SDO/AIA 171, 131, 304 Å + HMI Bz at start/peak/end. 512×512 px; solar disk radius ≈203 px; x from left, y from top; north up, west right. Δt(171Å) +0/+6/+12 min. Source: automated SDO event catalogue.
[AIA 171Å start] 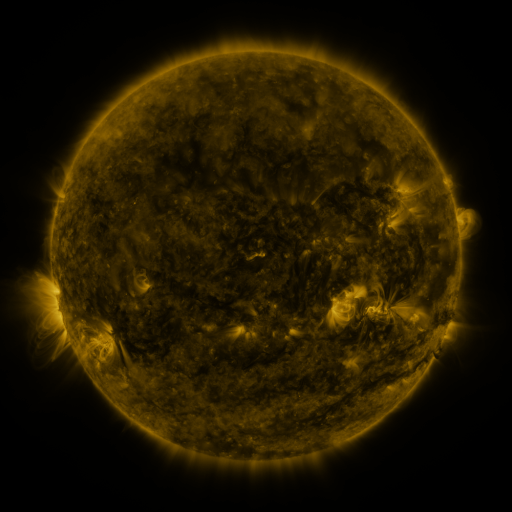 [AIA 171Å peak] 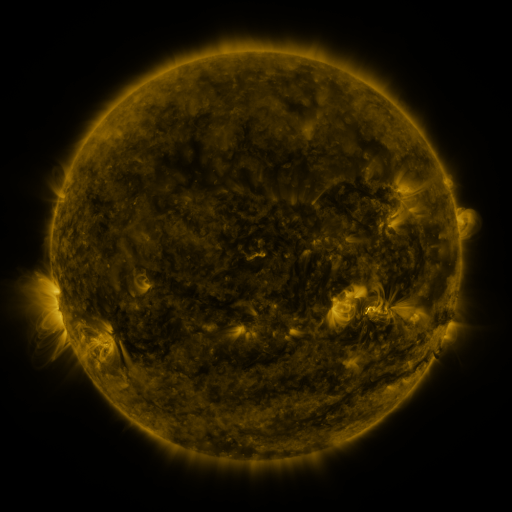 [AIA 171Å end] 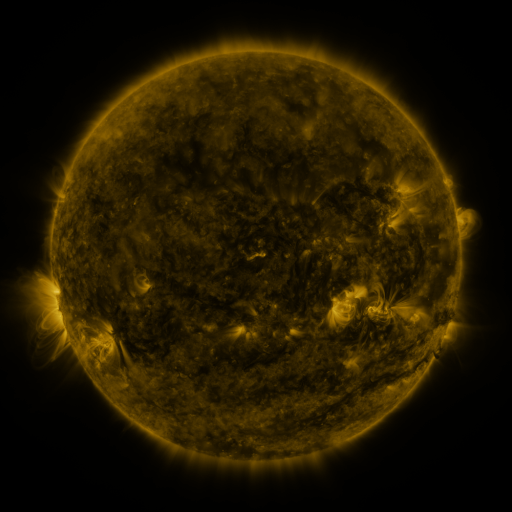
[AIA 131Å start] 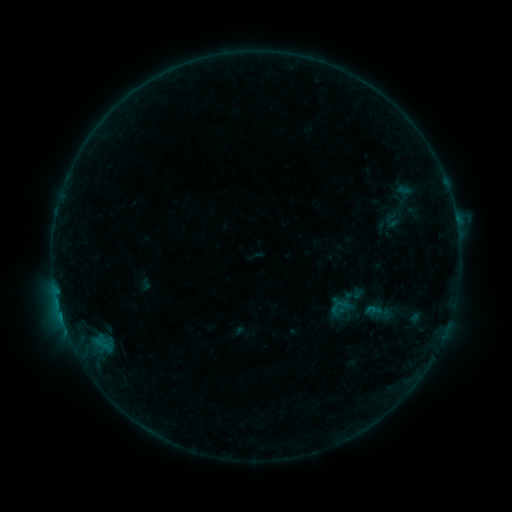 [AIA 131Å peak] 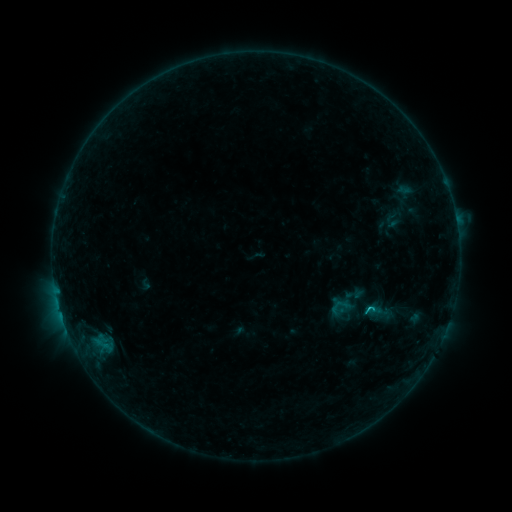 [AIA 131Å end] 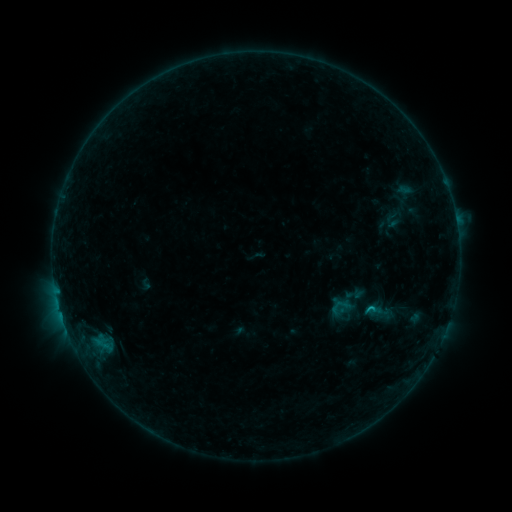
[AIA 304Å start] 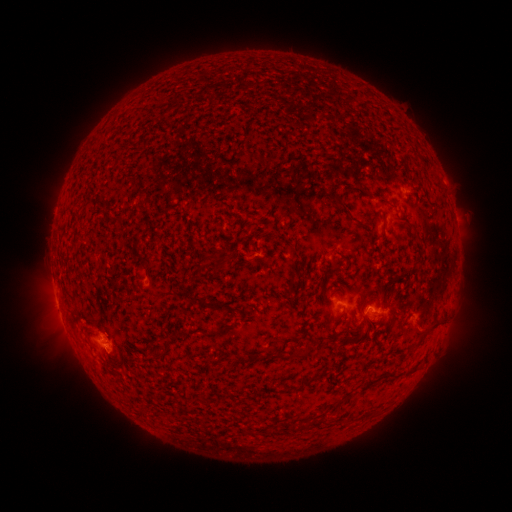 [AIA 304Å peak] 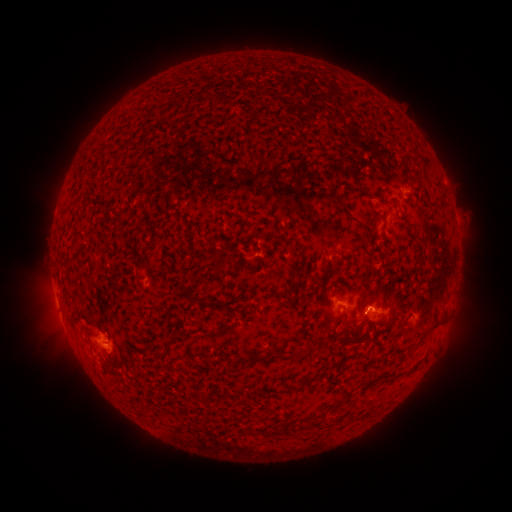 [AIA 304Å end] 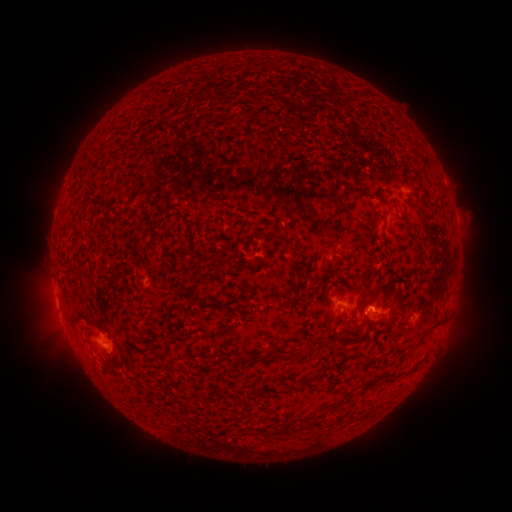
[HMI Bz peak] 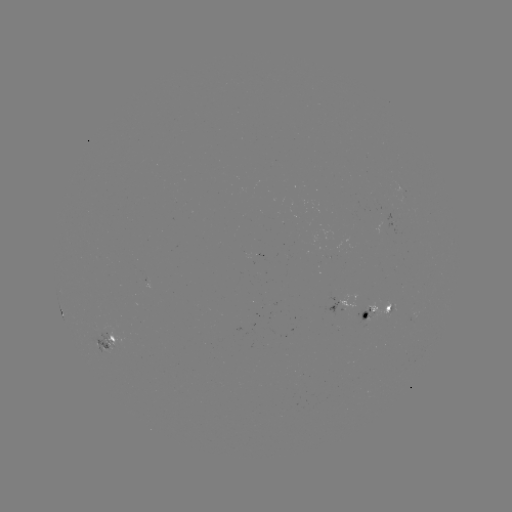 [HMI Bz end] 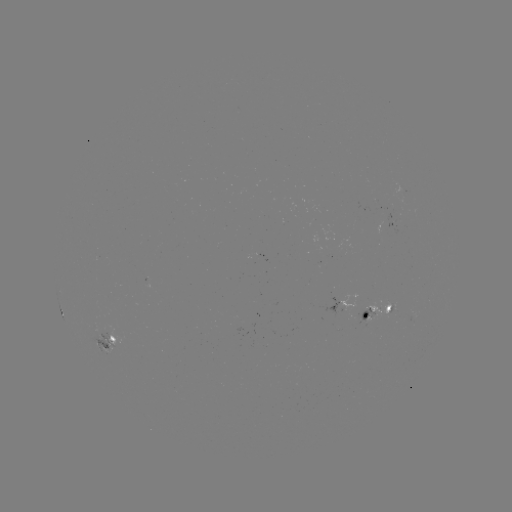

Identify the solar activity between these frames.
B6.1 flare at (368, 308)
